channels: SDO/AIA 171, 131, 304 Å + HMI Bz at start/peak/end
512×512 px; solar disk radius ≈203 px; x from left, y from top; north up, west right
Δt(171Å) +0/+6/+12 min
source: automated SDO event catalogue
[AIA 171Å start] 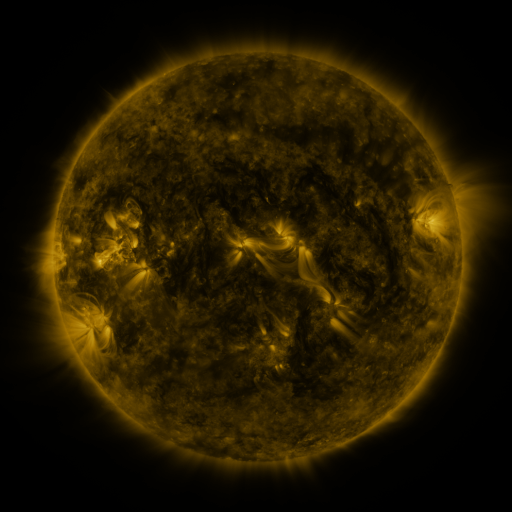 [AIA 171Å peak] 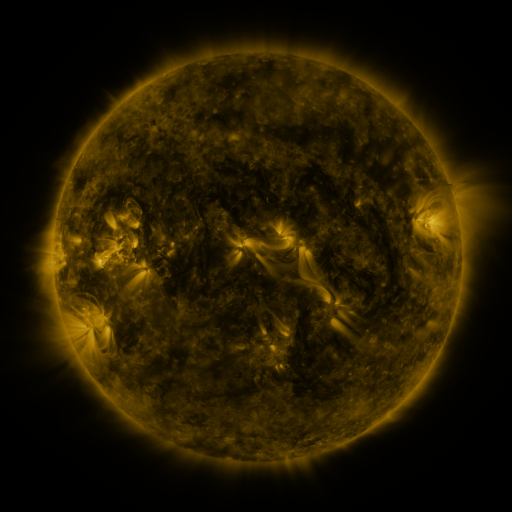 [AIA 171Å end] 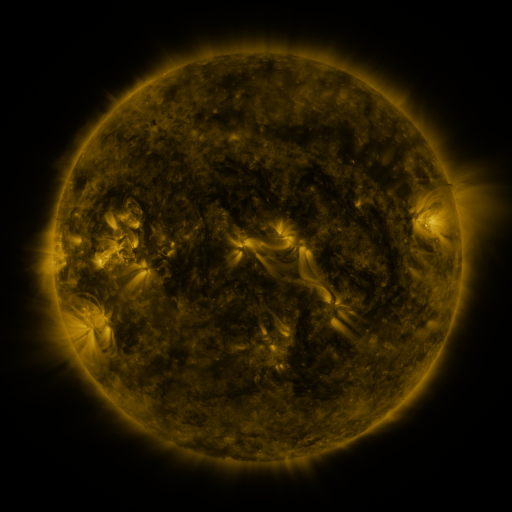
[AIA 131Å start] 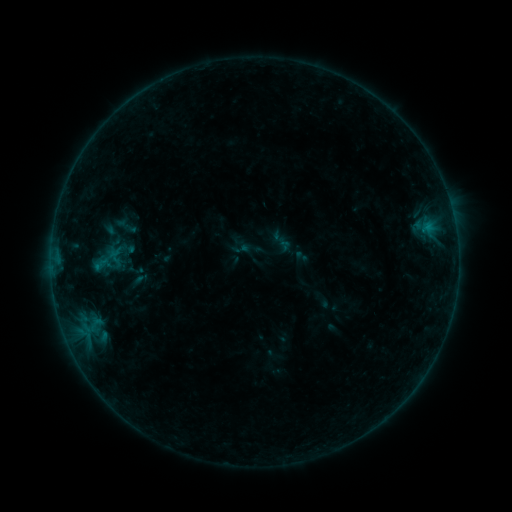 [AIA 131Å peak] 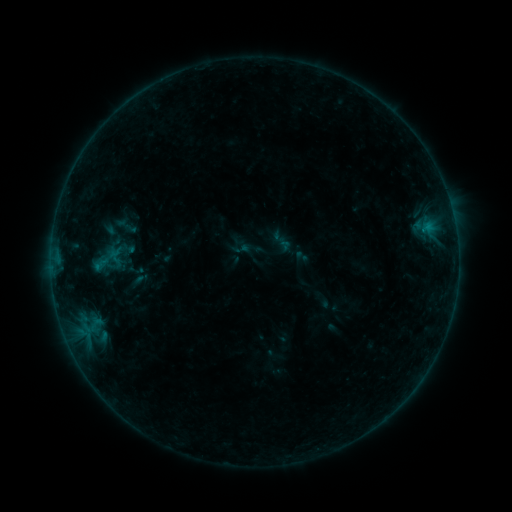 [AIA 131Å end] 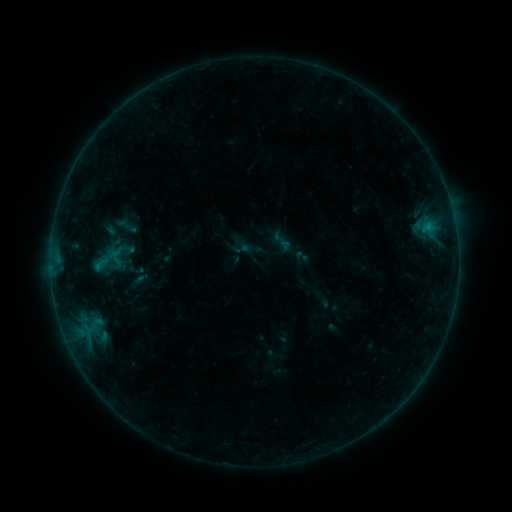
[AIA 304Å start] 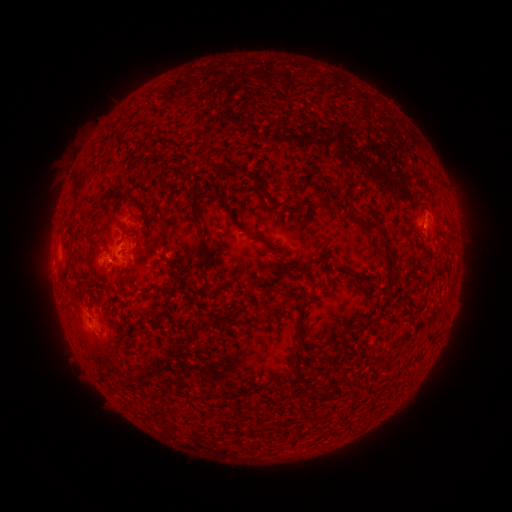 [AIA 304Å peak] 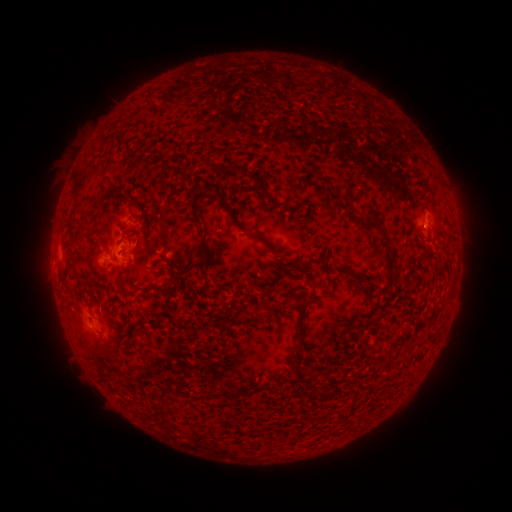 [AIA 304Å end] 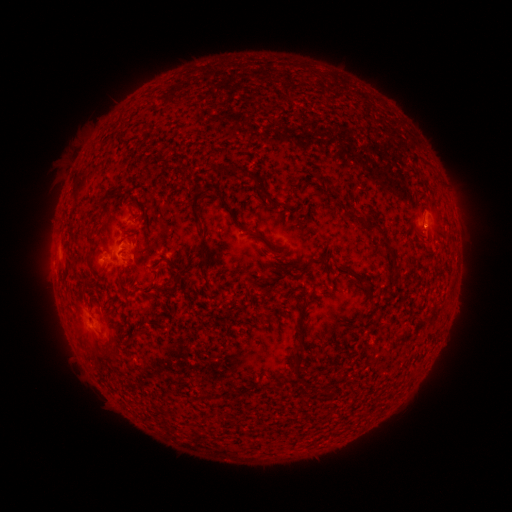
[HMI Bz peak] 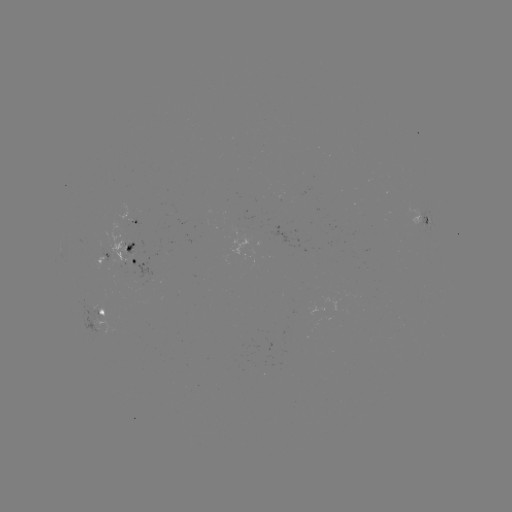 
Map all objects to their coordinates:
B2.4 flare: (425, 229)
